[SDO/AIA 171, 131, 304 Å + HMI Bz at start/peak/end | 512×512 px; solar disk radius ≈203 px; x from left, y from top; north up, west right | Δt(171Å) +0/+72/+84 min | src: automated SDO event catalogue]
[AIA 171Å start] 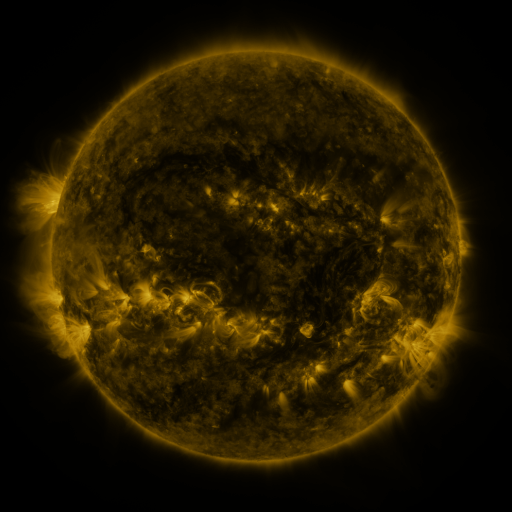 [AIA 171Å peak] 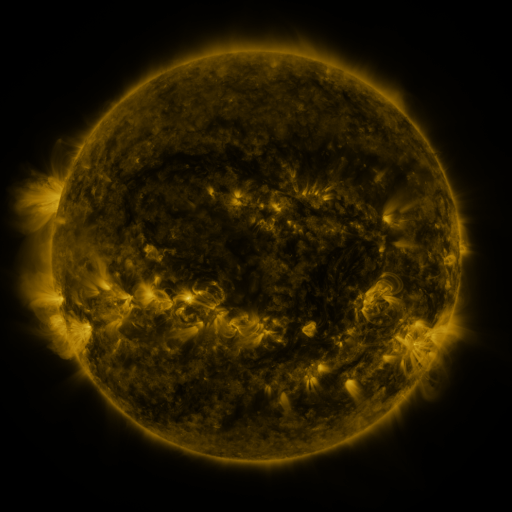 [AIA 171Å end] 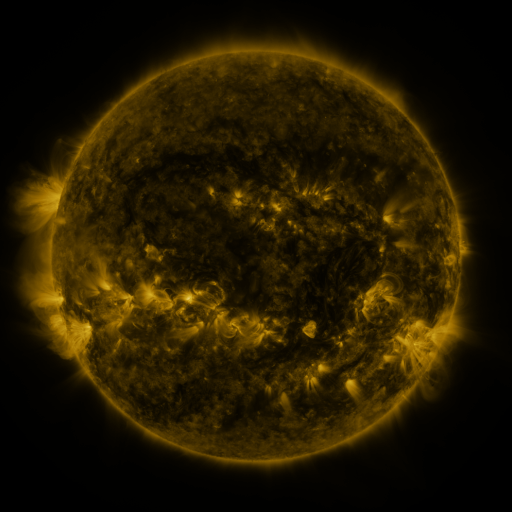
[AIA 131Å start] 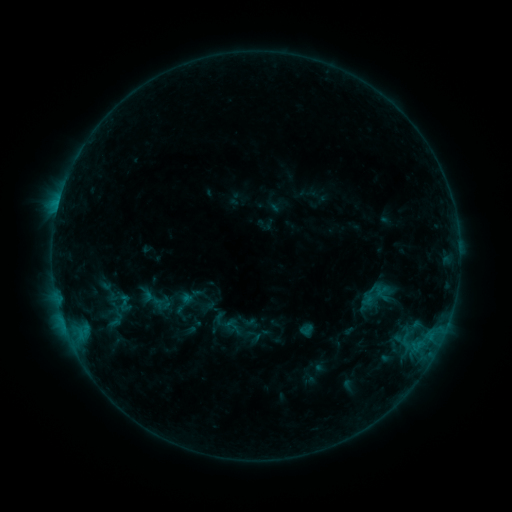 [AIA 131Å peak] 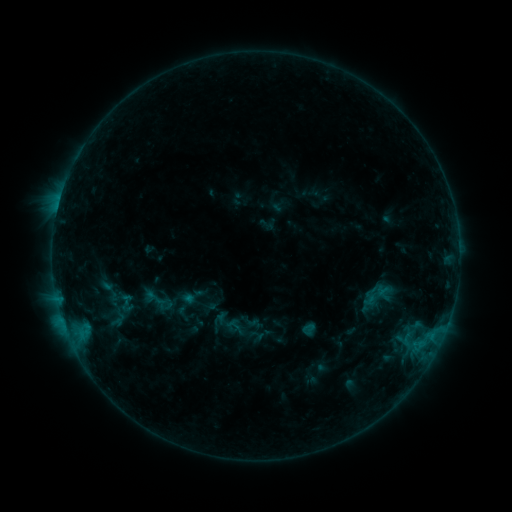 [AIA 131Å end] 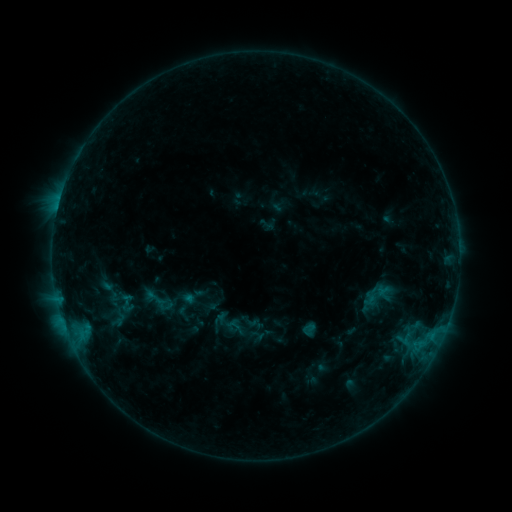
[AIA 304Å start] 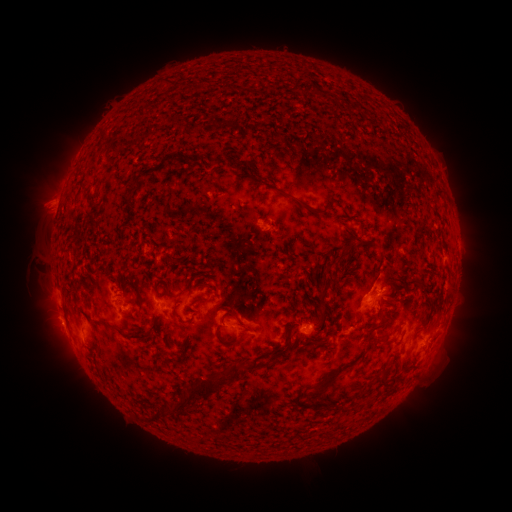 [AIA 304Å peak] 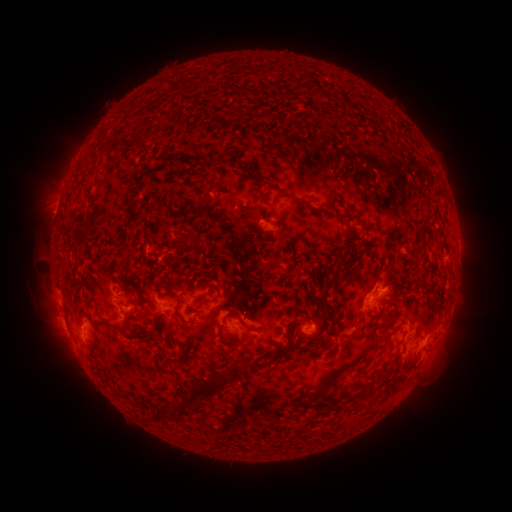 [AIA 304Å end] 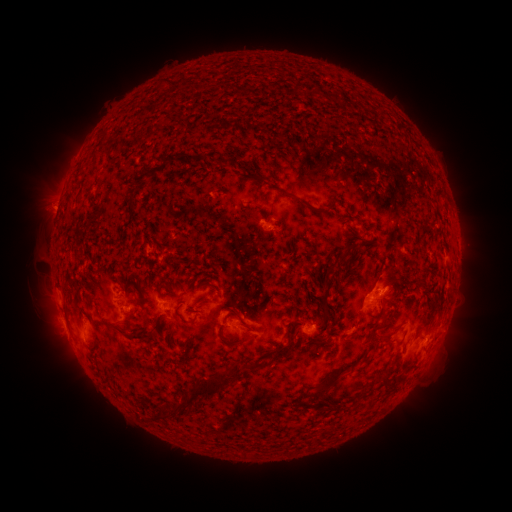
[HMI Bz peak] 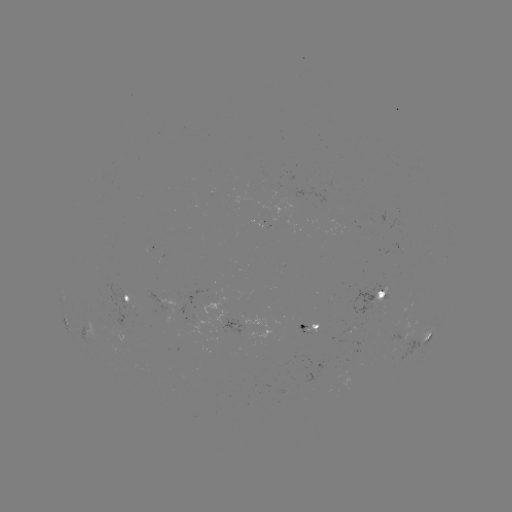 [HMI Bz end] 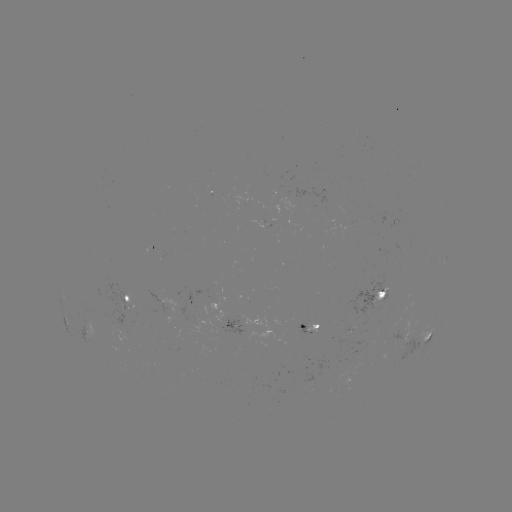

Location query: emerging-flux region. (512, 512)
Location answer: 276,214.